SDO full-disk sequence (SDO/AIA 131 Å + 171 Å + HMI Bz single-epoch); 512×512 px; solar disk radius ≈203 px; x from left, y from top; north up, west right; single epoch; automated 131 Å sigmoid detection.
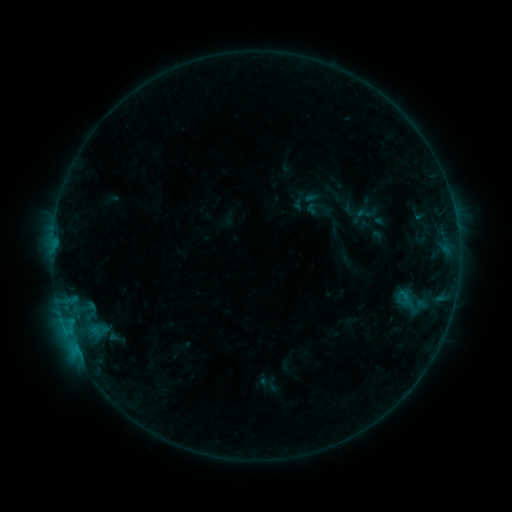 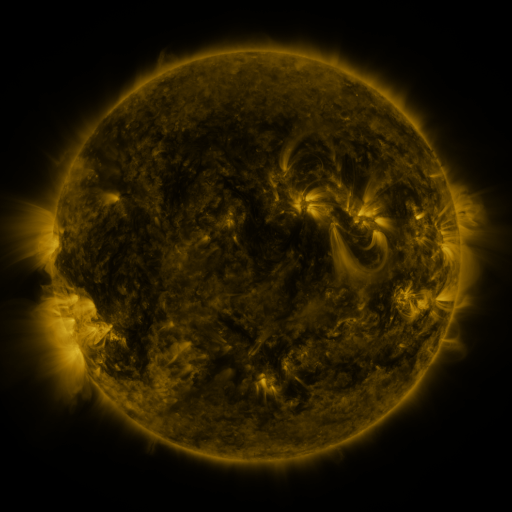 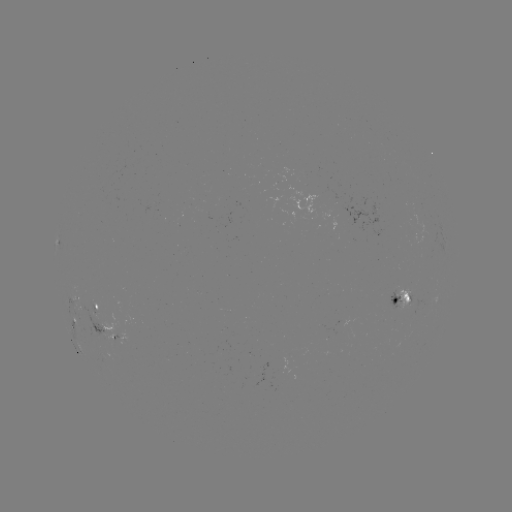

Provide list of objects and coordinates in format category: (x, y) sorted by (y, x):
sigmoid: (409, 302)
